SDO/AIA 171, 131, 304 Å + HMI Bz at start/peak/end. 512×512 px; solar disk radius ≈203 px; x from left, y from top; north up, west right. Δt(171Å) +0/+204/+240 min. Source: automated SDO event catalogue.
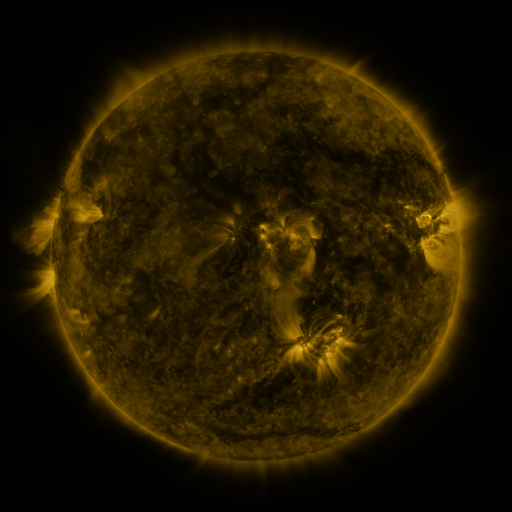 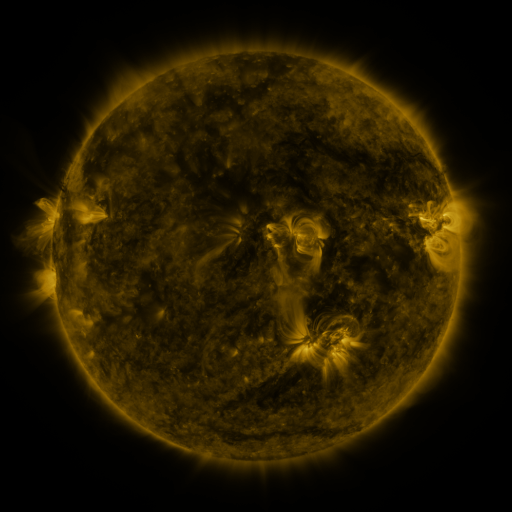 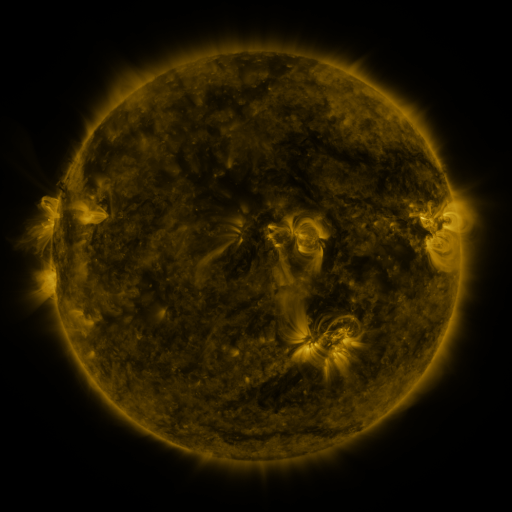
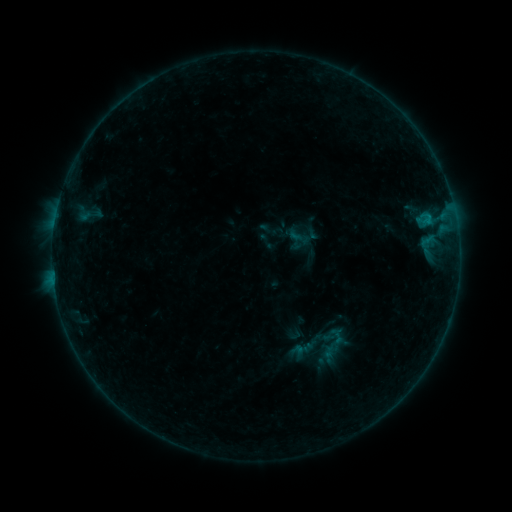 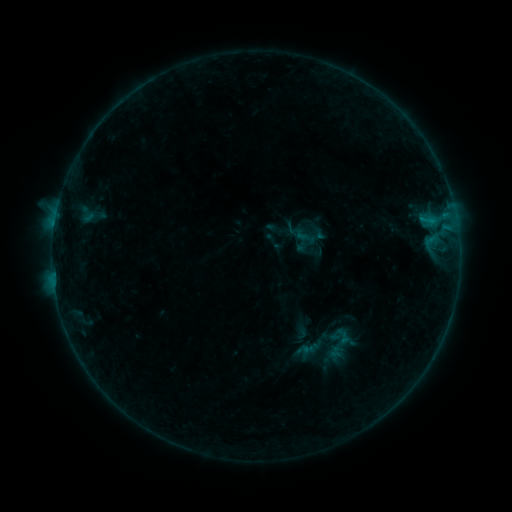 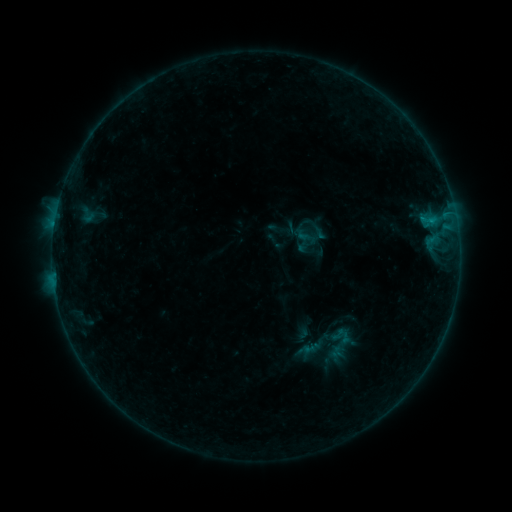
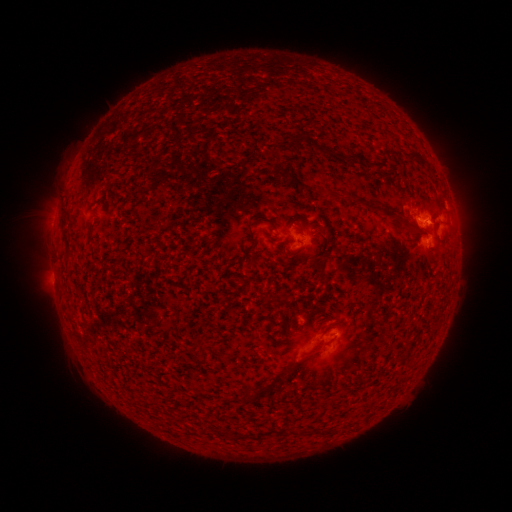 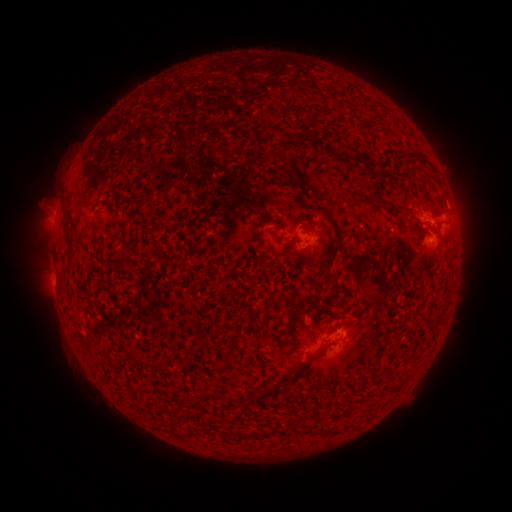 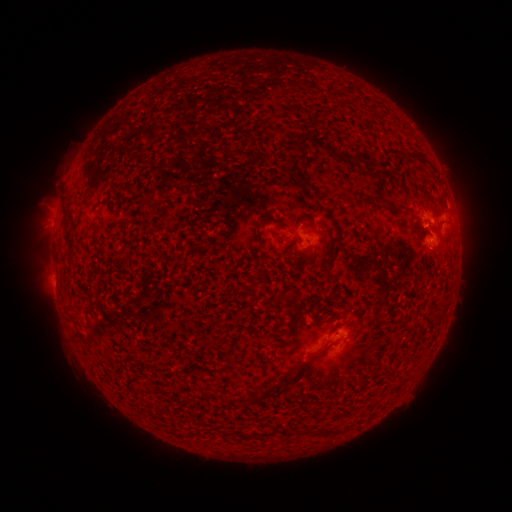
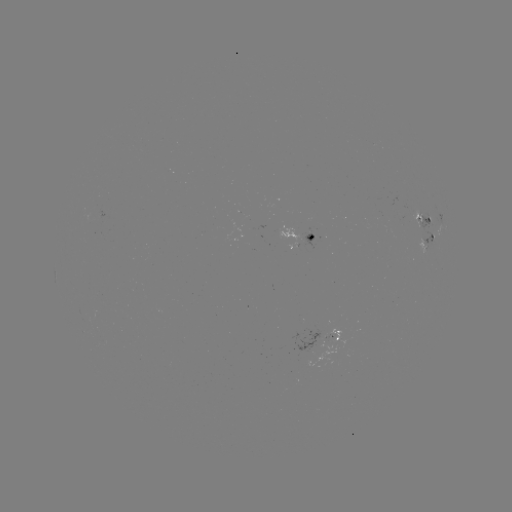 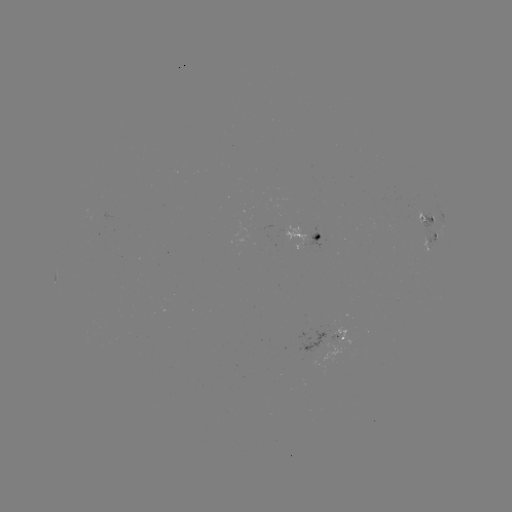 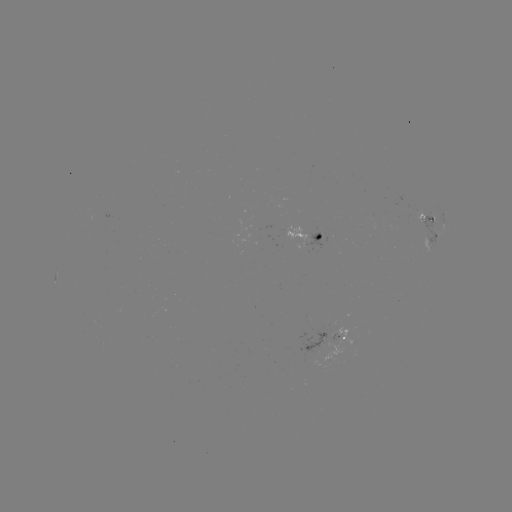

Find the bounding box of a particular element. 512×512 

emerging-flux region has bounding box [408, 209, 427, 227].